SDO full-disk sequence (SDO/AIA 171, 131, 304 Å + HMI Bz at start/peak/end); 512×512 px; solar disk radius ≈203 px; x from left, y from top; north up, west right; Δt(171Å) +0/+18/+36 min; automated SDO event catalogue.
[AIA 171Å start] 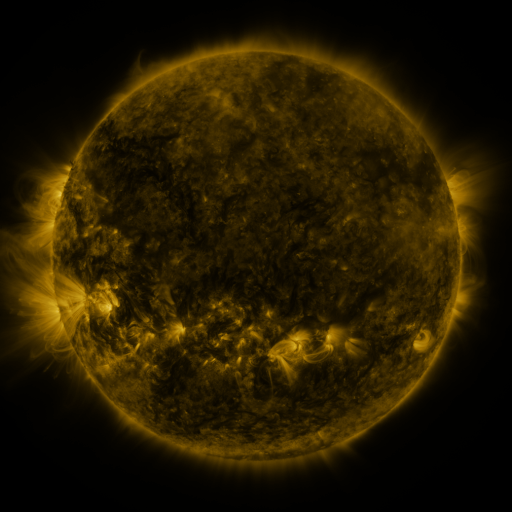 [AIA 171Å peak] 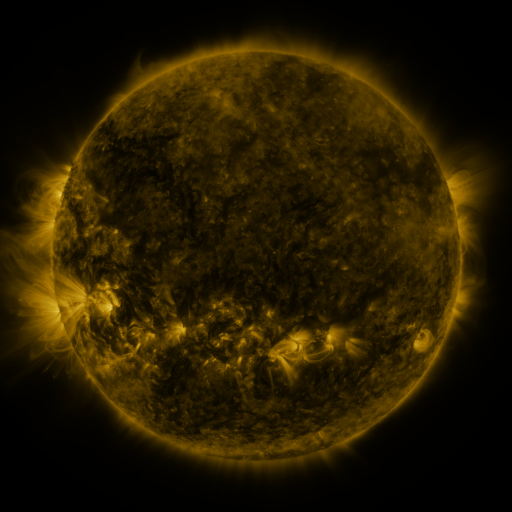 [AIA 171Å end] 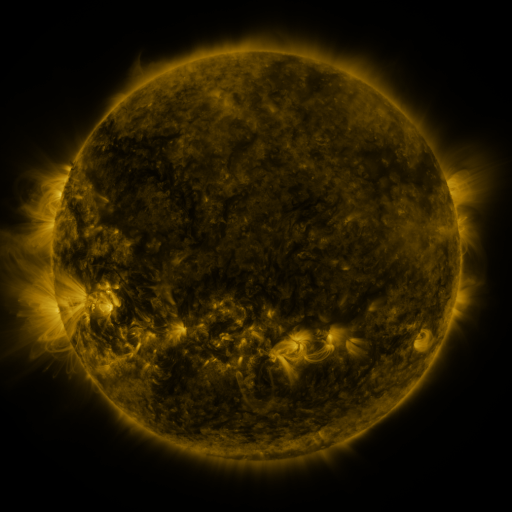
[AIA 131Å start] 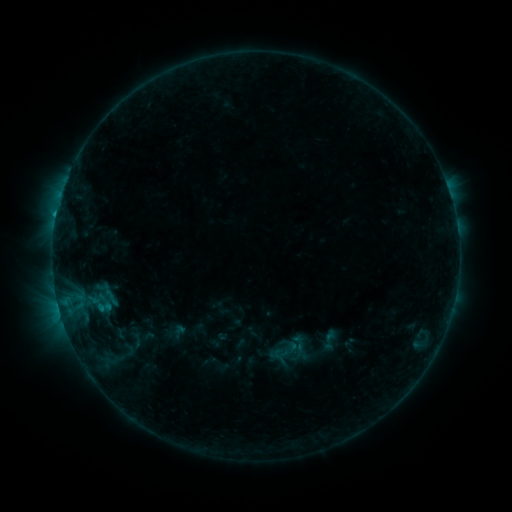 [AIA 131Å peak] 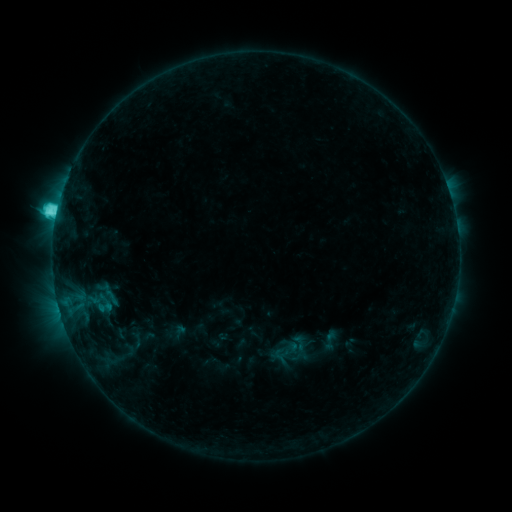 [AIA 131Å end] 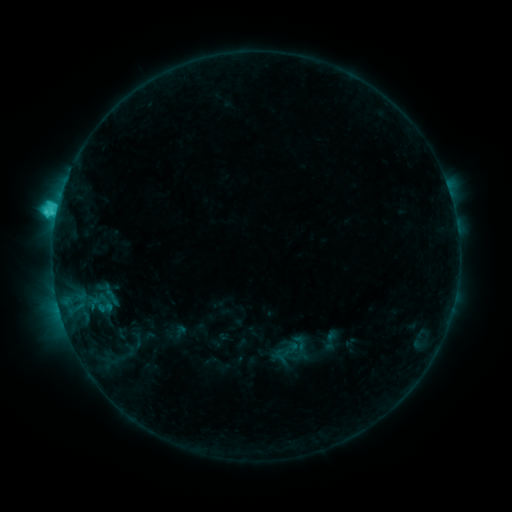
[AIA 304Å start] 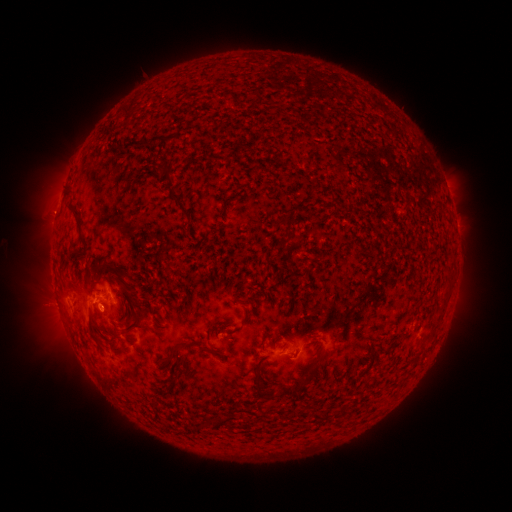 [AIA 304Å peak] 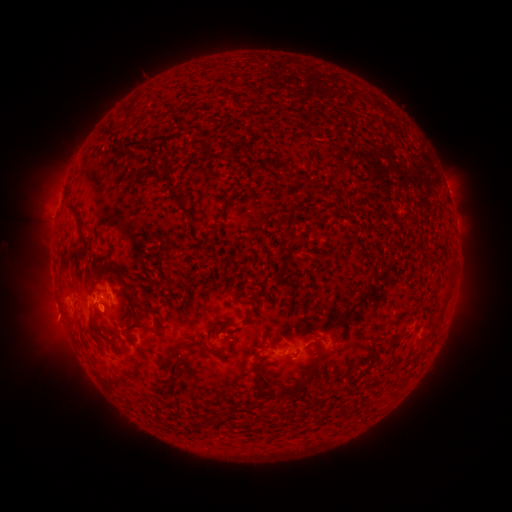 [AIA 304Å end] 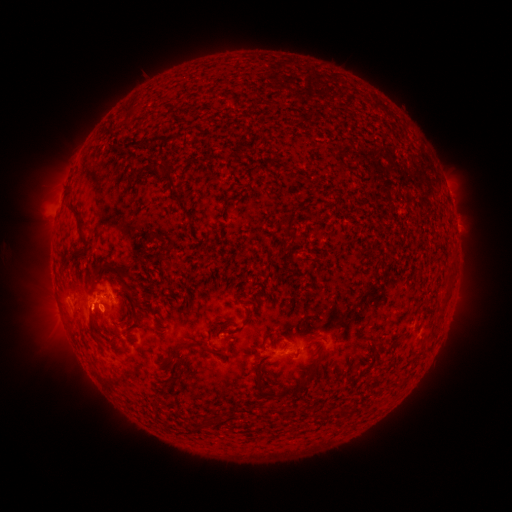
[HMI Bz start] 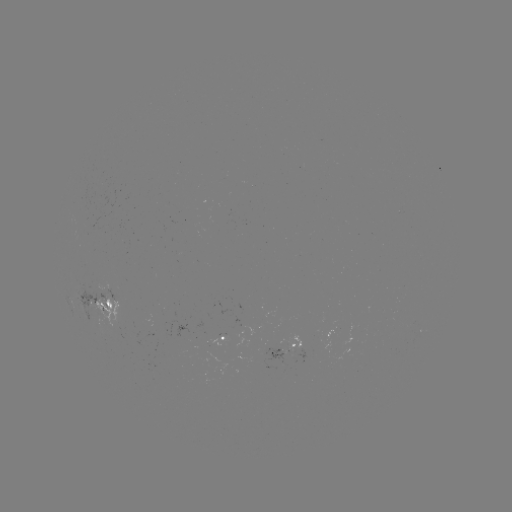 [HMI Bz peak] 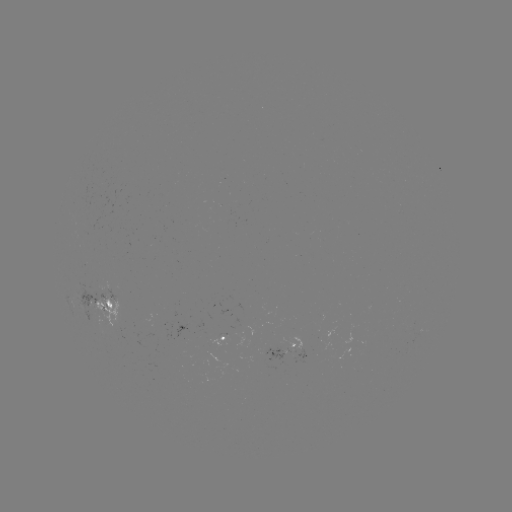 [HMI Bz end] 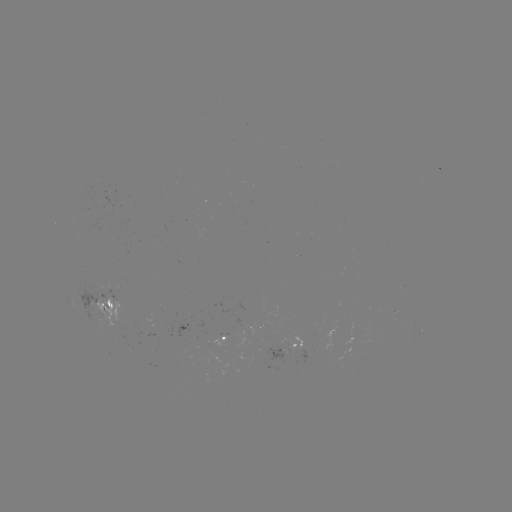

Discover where C5.0 flare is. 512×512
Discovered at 58,216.